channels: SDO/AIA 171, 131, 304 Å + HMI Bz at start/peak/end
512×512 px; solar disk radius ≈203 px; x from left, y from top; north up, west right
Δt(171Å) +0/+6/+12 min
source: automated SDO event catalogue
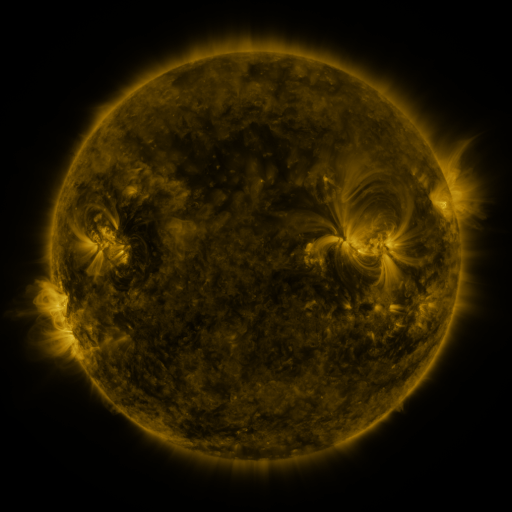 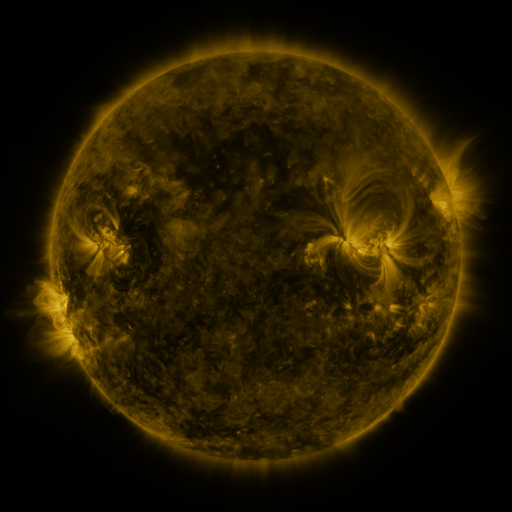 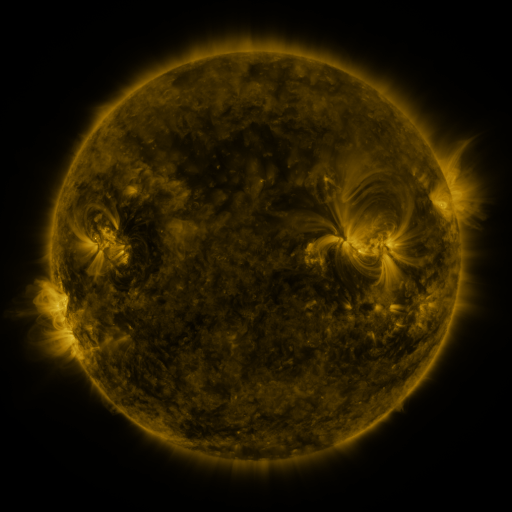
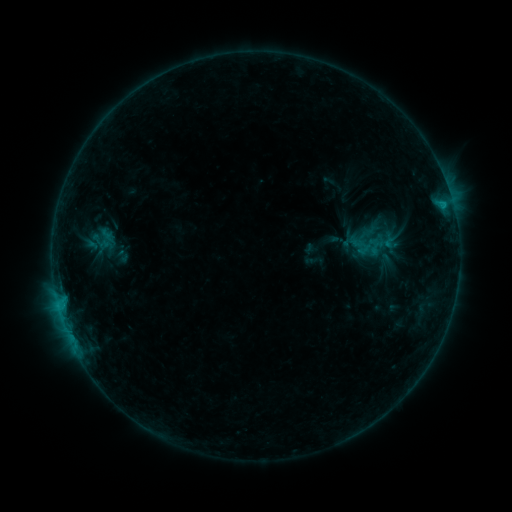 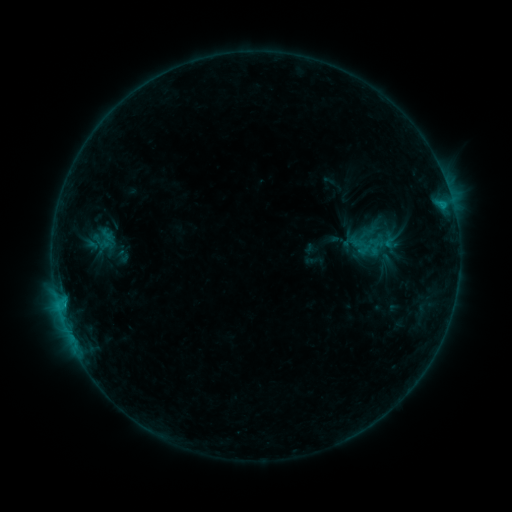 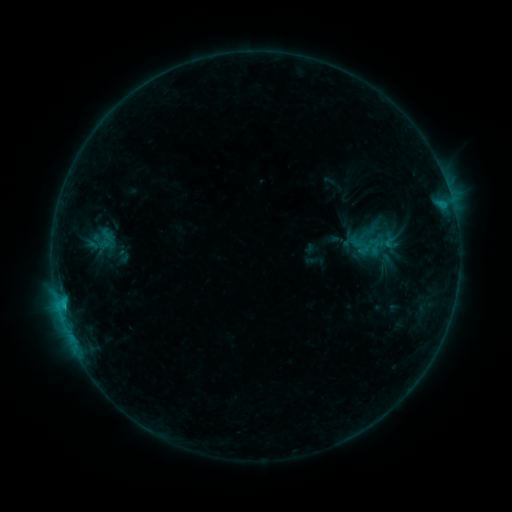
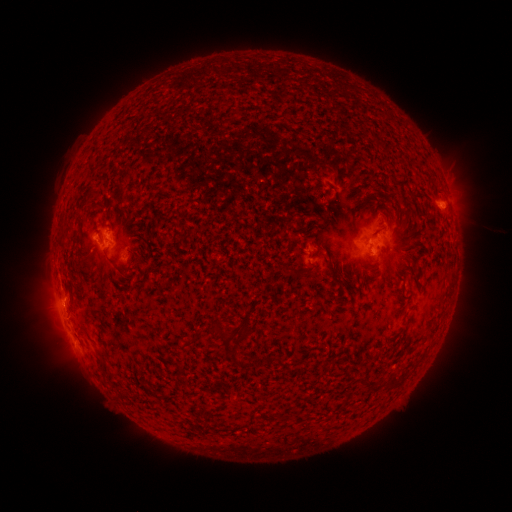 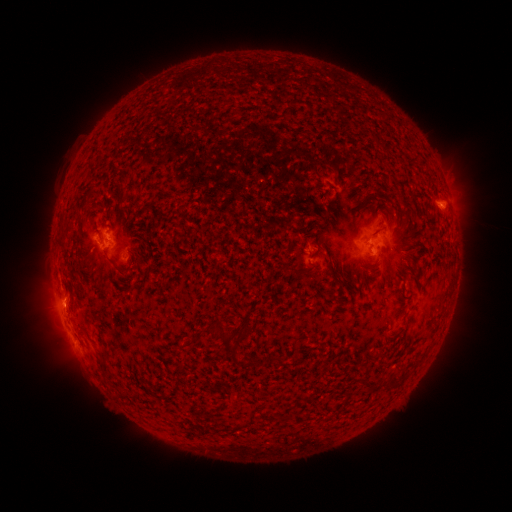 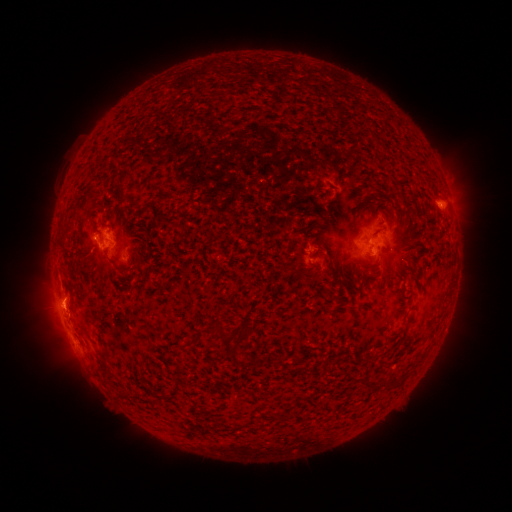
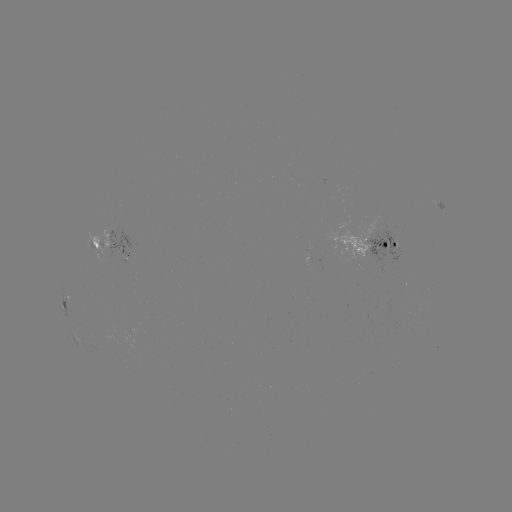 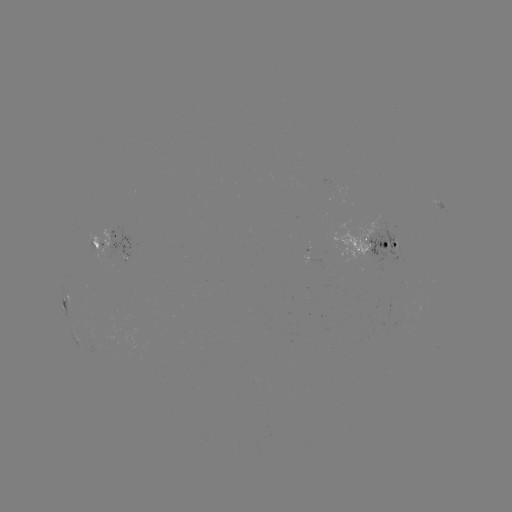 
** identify B8.5 flare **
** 64,305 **